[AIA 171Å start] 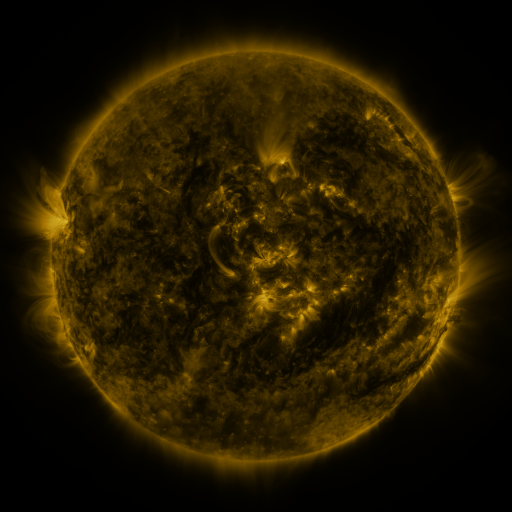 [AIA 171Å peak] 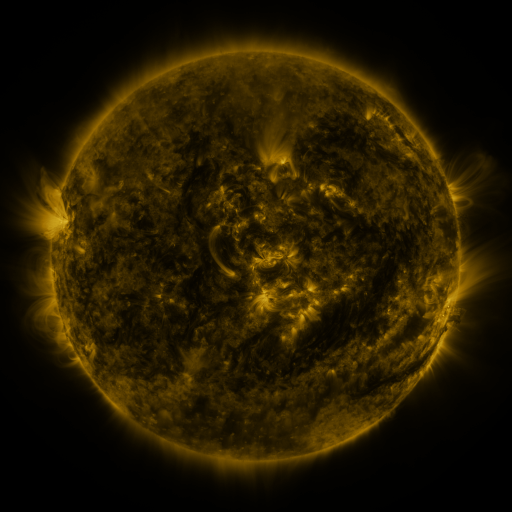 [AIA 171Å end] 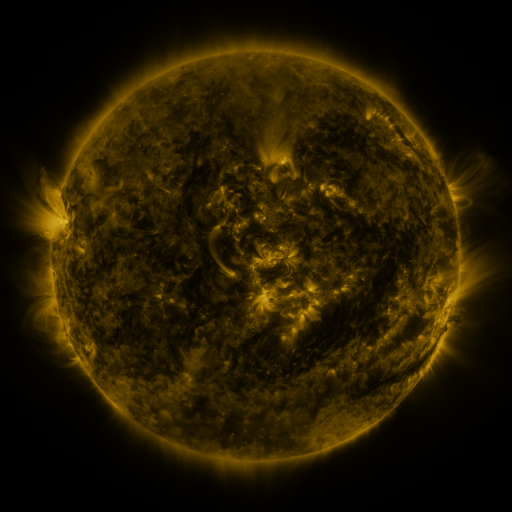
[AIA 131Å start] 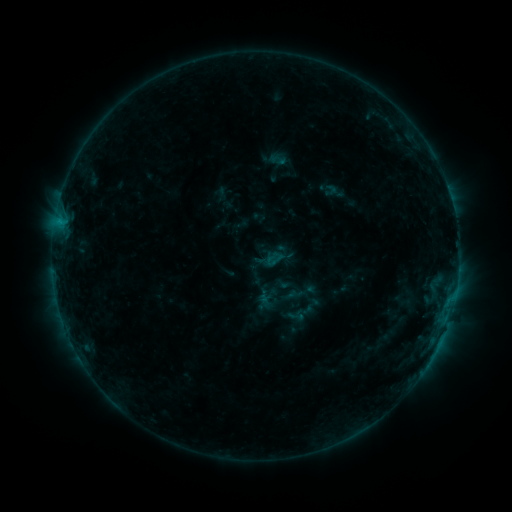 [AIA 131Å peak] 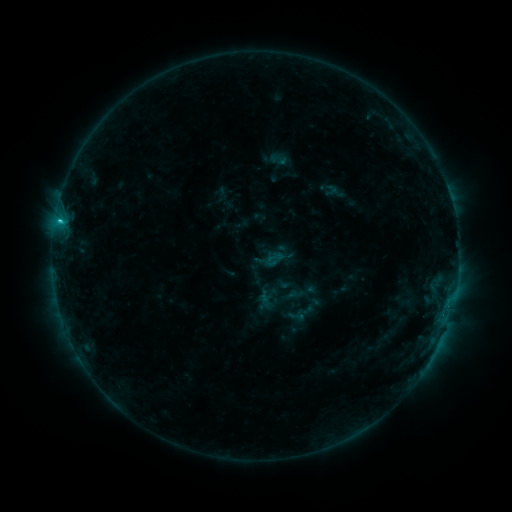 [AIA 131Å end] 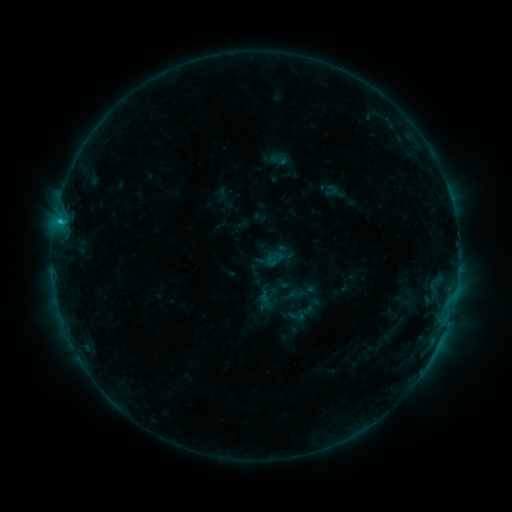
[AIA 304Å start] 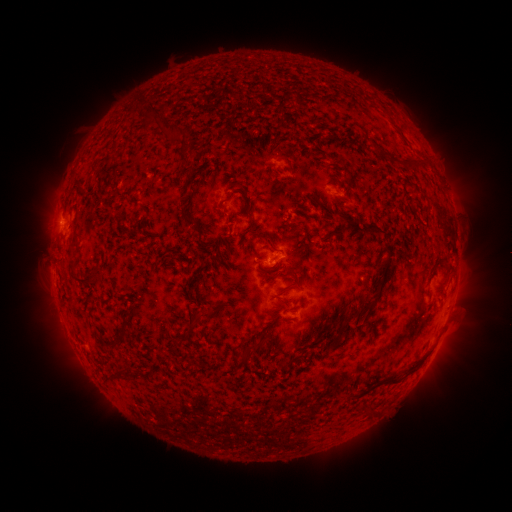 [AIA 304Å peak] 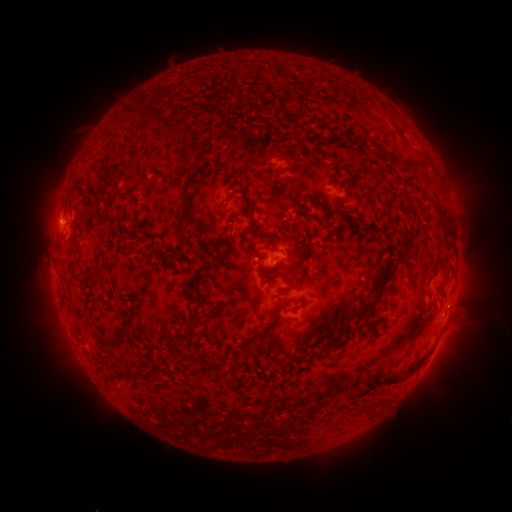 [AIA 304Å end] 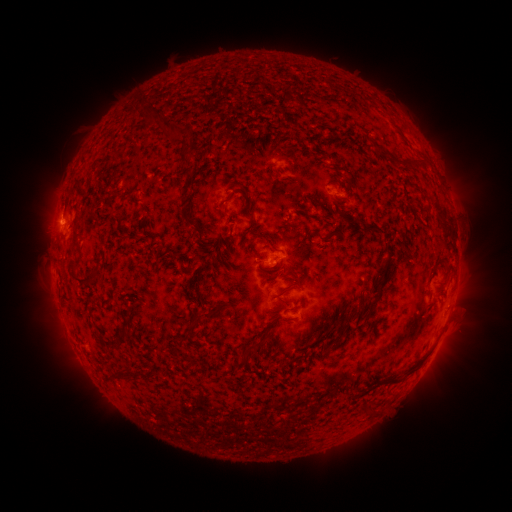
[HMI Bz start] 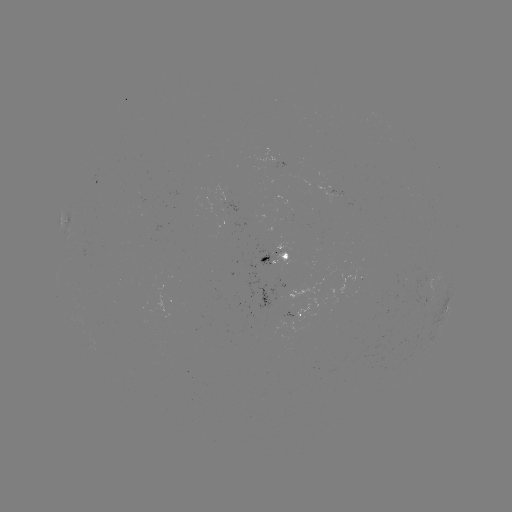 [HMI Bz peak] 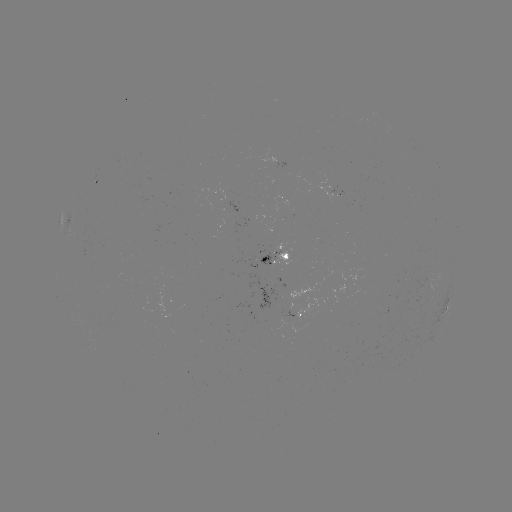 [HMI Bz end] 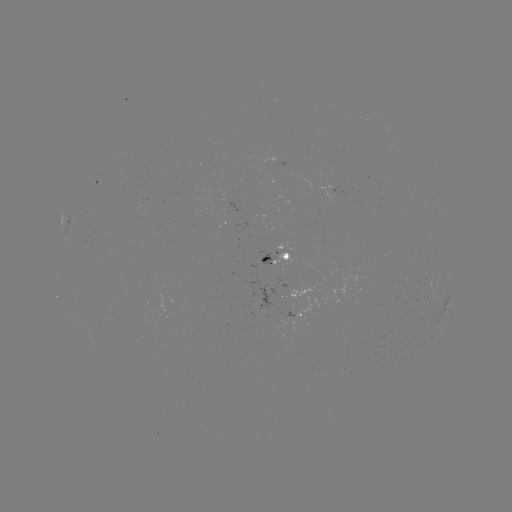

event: flare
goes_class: C1.0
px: (60, 223)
